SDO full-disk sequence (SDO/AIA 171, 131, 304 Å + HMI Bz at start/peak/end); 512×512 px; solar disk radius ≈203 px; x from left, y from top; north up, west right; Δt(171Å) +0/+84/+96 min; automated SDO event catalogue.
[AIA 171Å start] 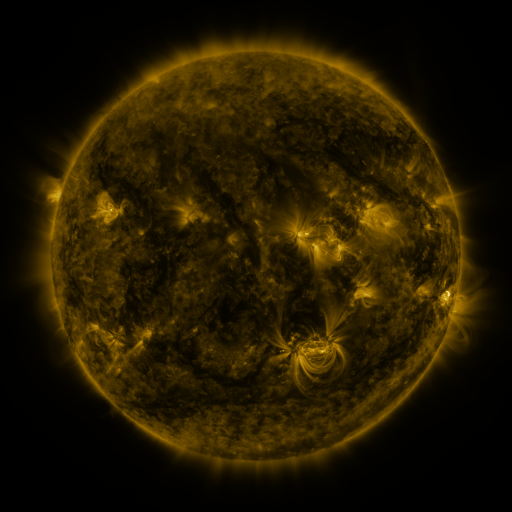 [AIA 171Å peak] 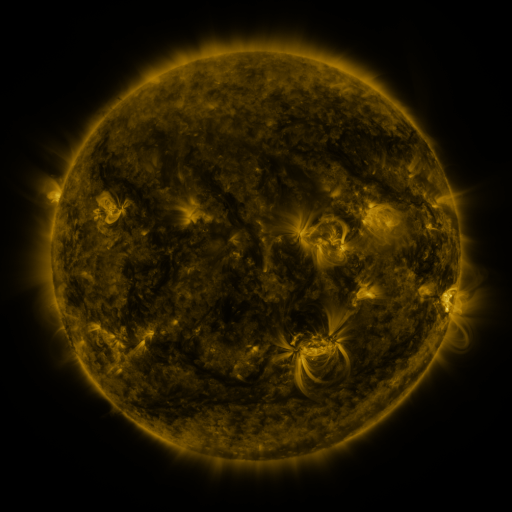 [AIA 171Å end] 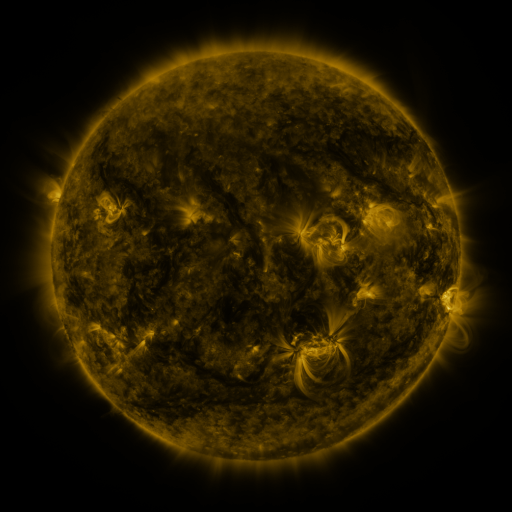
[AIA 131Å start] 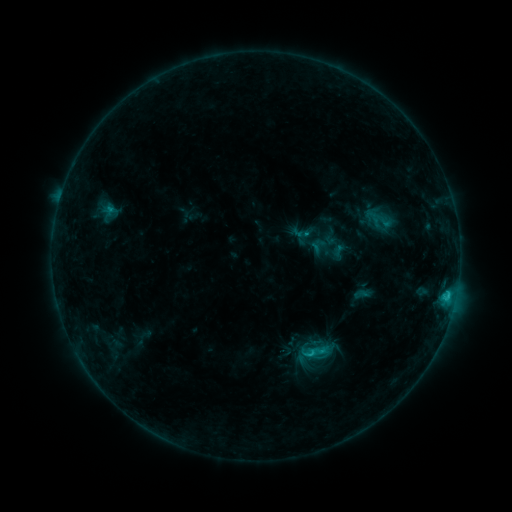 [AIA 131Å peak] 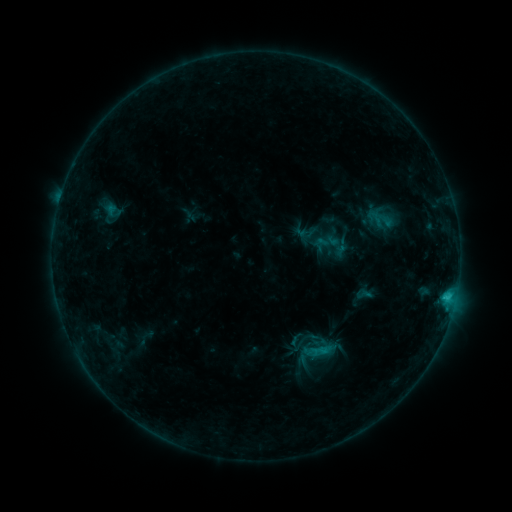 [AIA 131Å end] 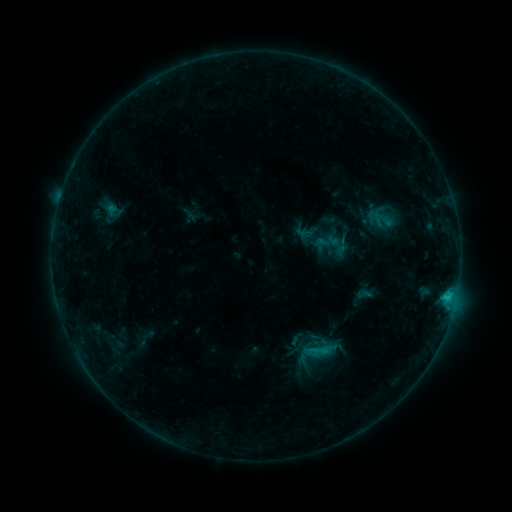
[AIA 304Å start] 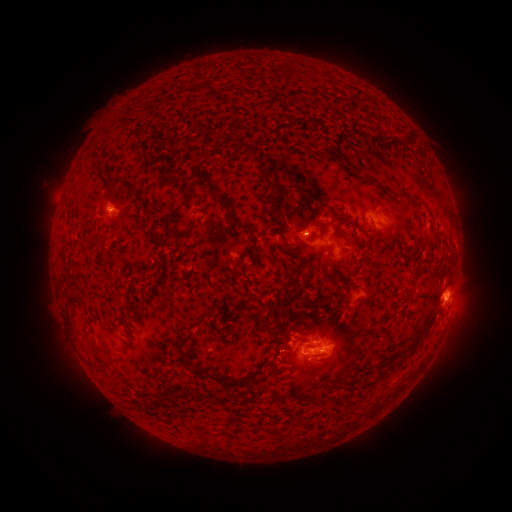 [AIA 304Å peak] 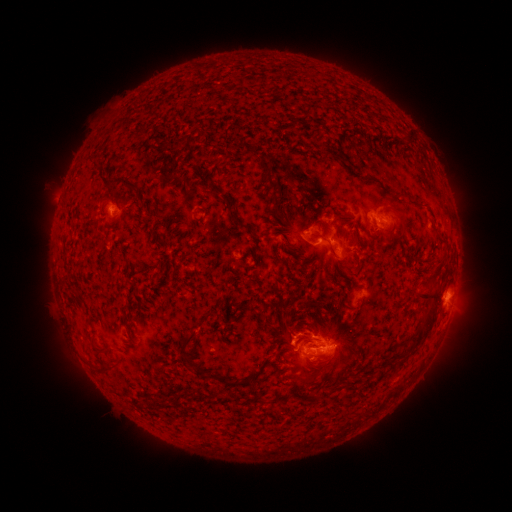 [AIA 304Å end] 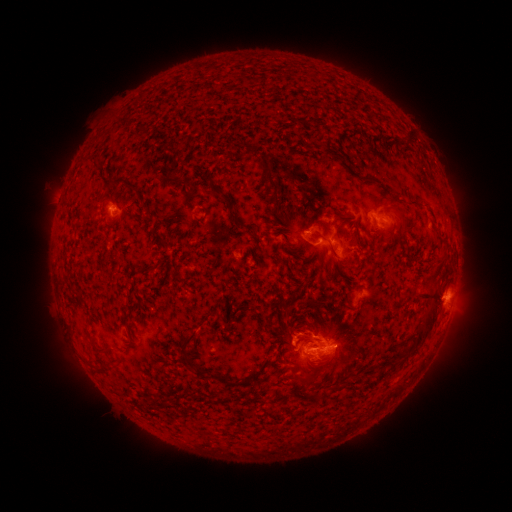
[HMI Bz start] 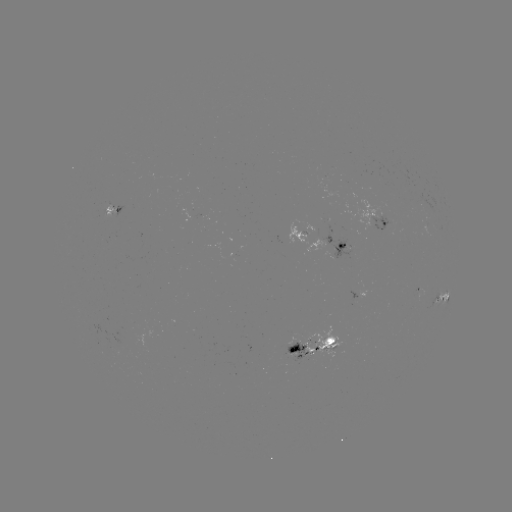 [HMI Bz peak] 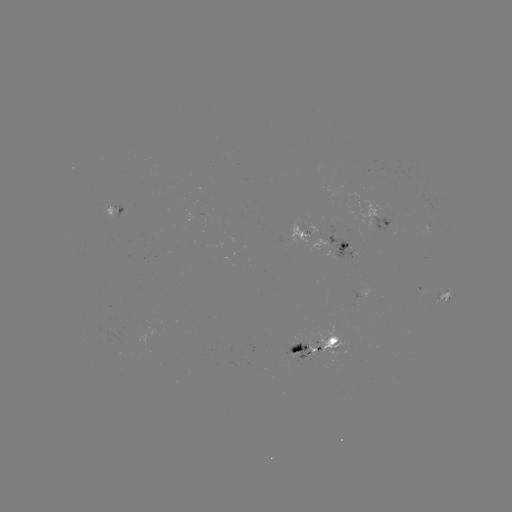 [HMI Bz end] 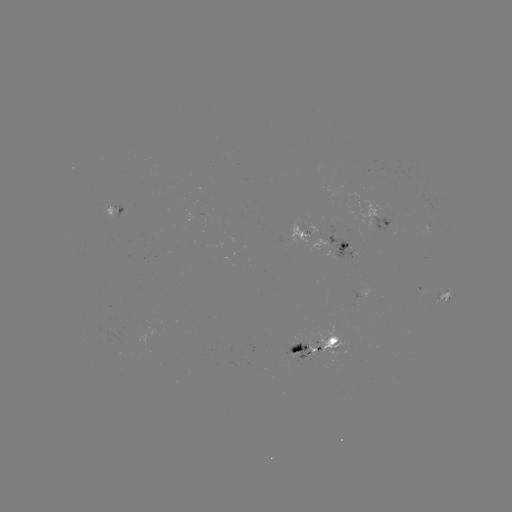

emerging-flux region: (305, 326, 345, 358)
